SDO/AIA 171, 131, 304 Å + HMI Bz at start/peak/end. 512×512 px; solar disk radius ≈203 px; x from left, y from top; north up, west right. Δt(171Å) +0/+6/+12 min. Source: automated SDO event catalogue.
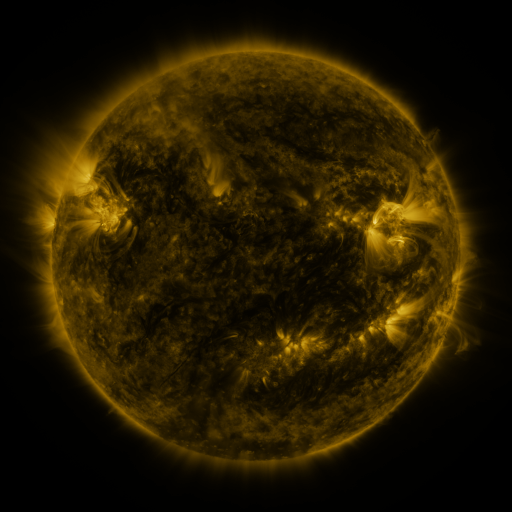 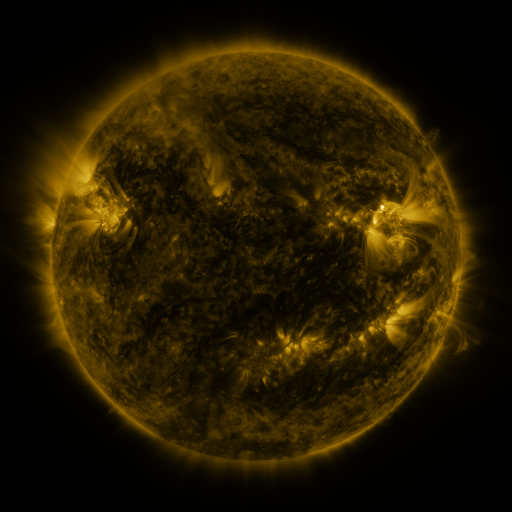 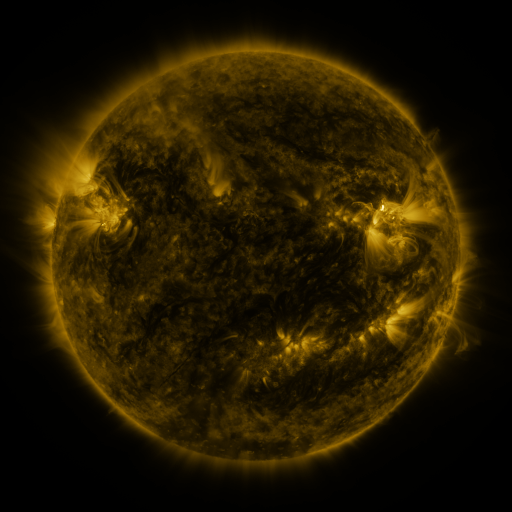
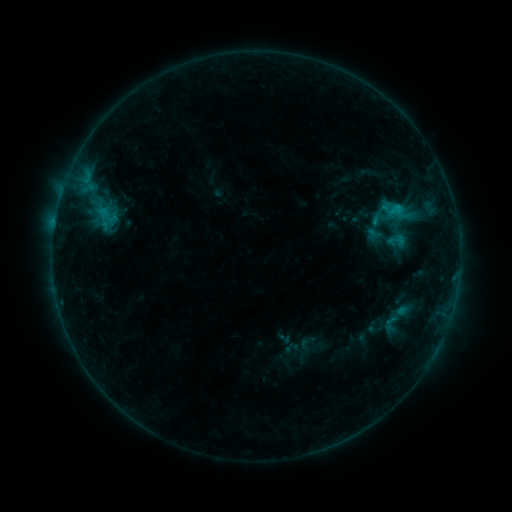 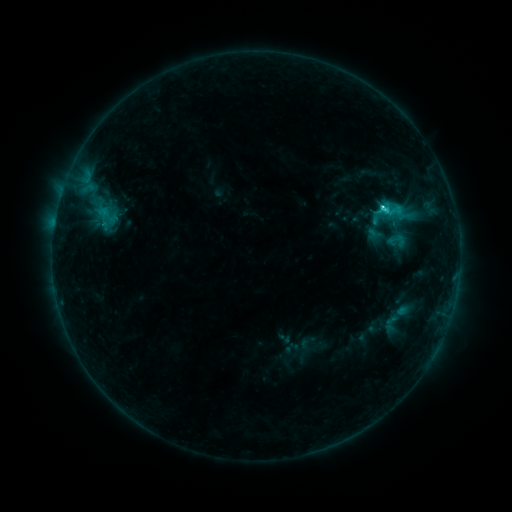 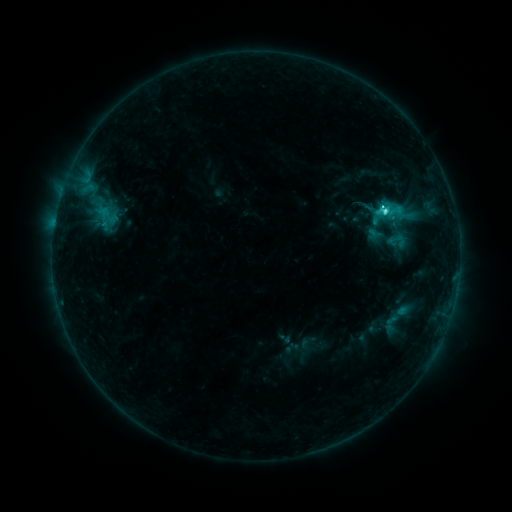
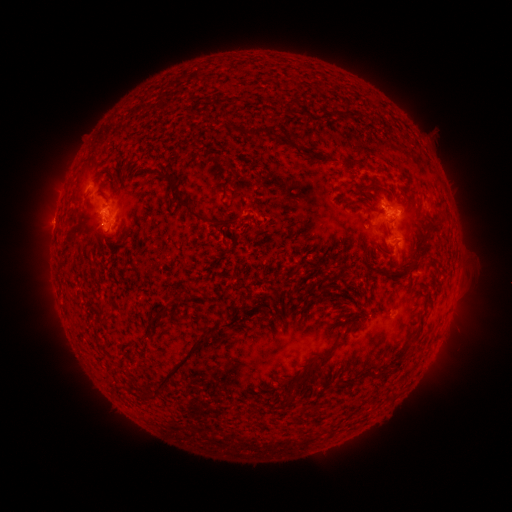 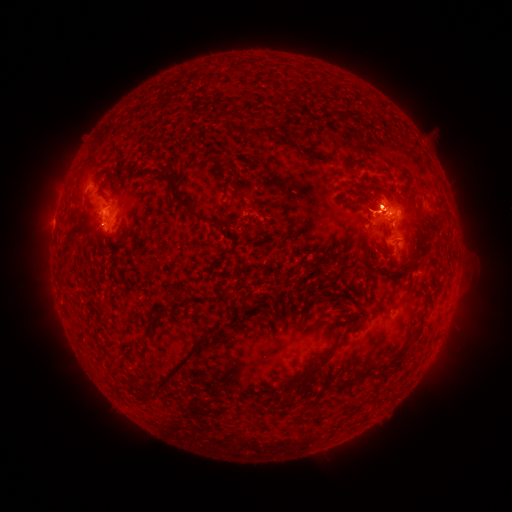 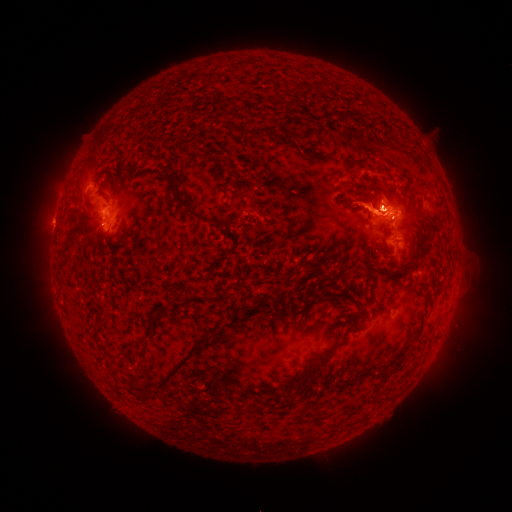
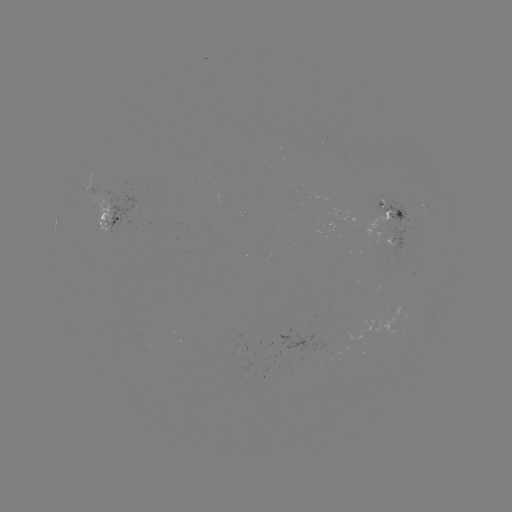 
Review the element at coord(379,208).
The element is C5.6 flare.